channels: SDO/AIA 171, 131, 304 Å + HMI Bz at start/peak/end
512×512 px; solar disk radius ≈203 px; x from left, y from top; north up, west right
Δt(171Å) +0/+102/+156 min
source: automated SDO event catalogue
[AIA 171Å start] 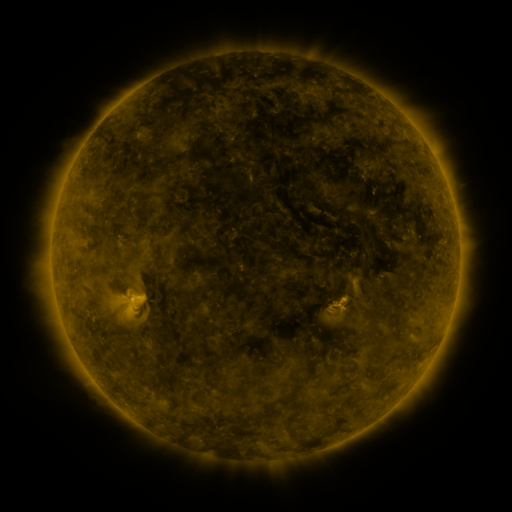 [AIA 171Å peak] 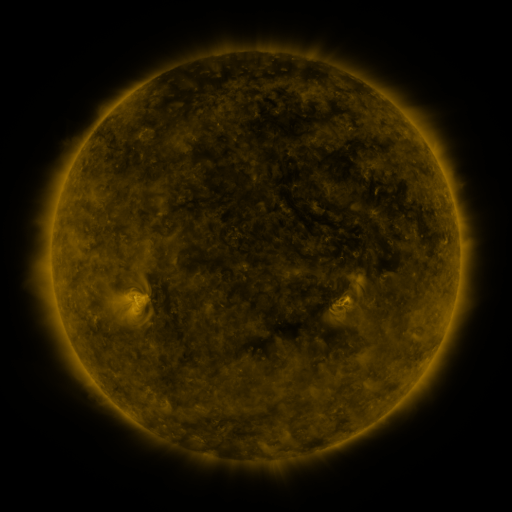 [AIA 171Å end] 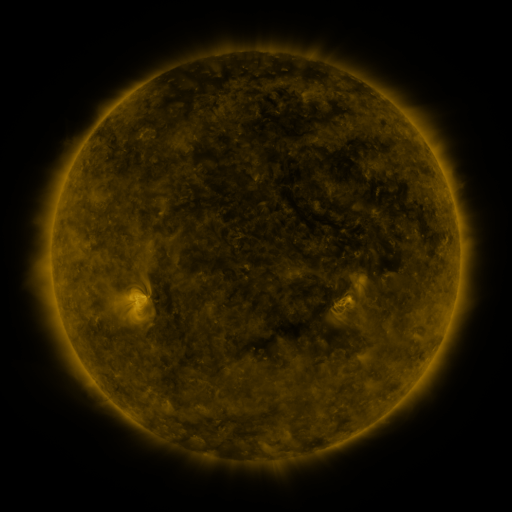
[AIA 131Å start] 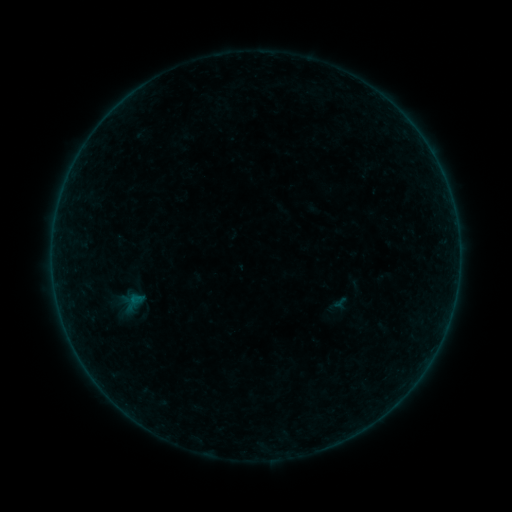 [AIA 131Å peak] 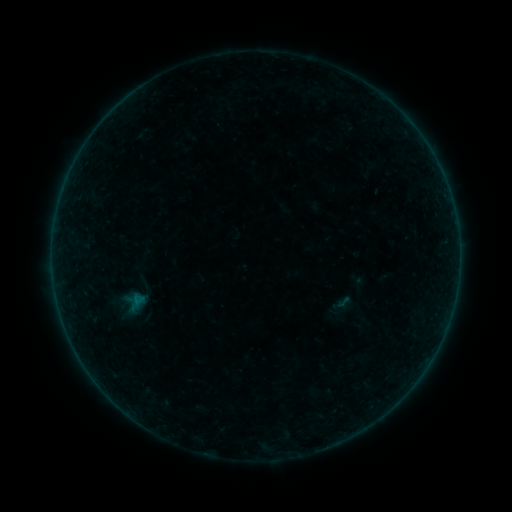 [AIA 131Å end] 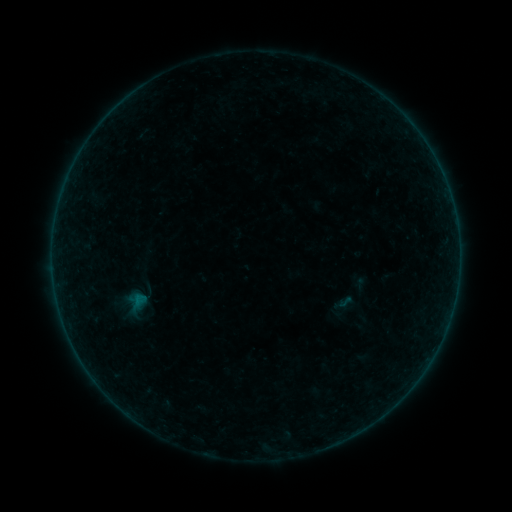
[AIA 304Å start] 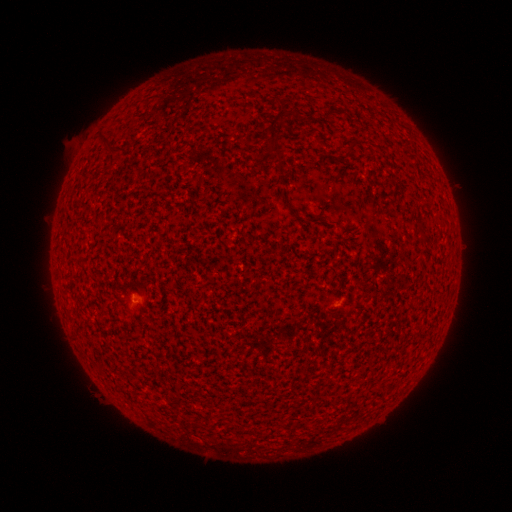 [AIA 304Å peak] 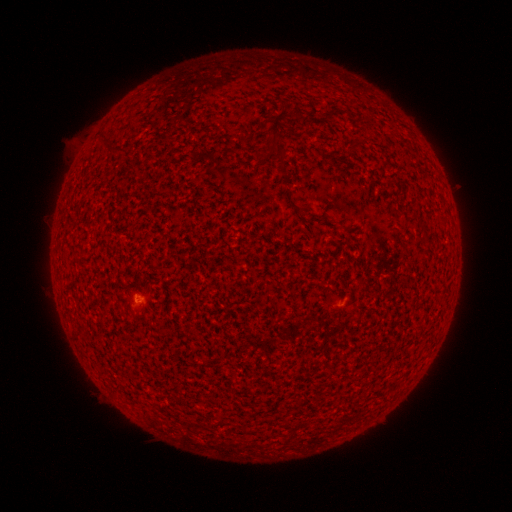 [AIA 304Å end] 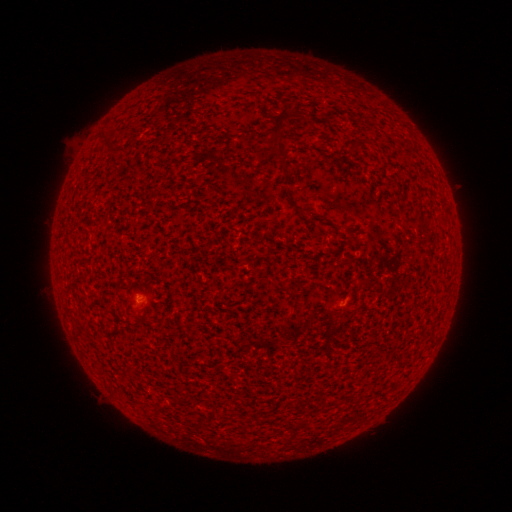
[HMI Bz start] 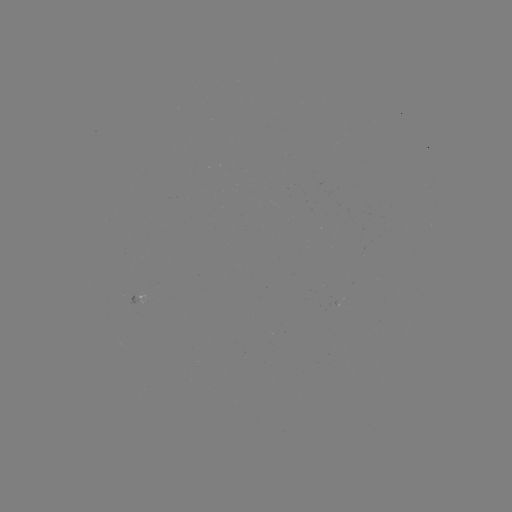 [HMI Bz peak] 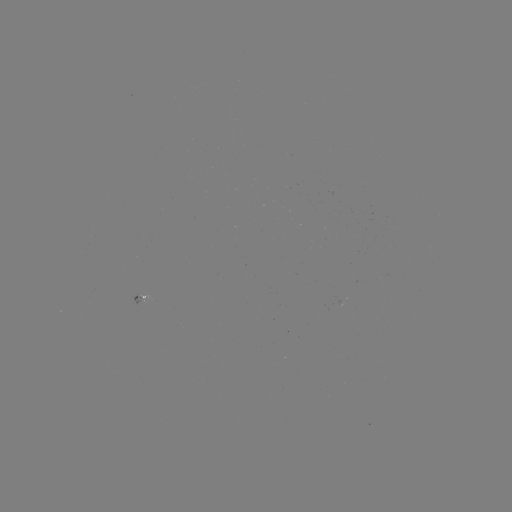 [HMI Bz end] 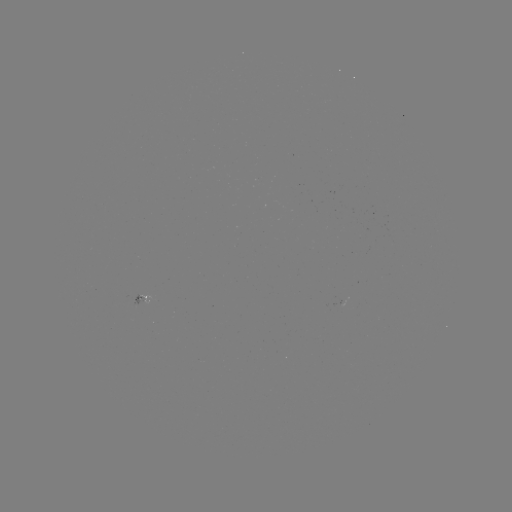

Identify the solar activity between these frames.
A3.6 flare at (139, 300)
